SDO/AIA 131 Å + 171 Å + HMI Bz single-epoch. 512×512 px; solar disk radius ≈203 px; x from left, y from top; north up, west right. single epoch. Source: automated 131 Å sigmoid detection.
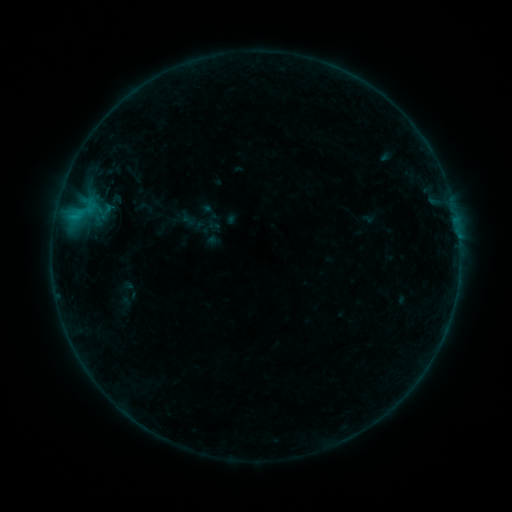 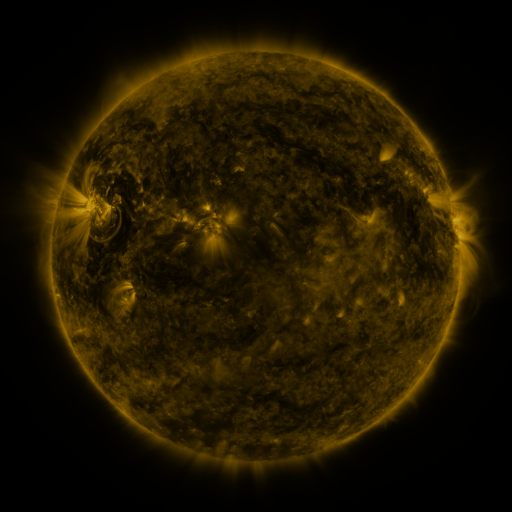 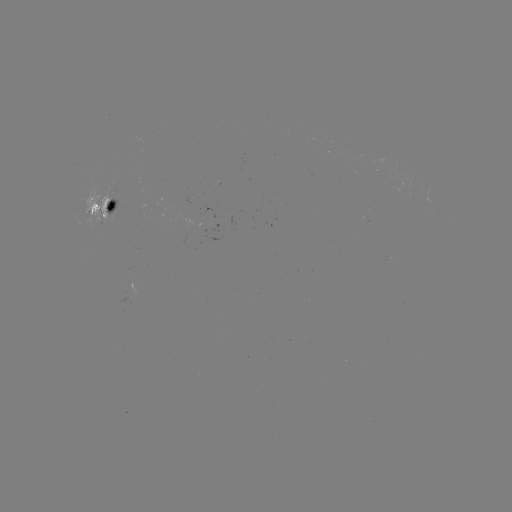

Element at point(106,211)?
sigmoid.